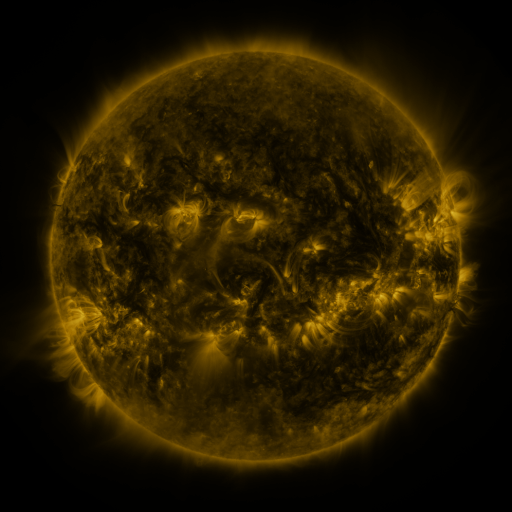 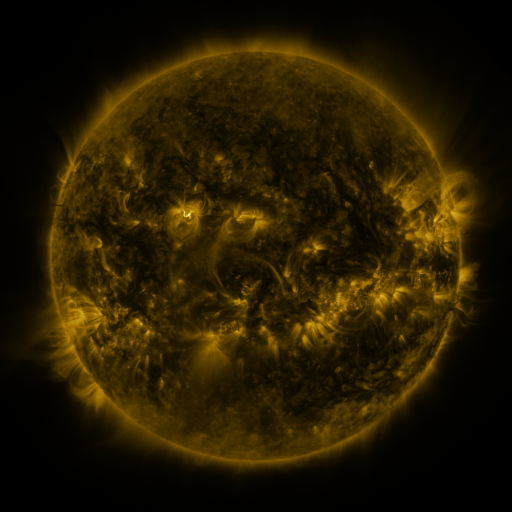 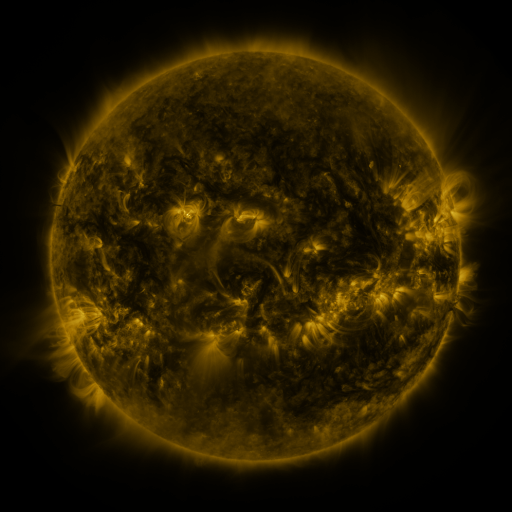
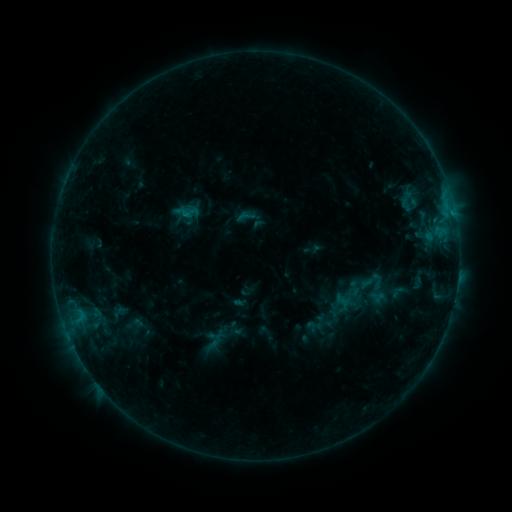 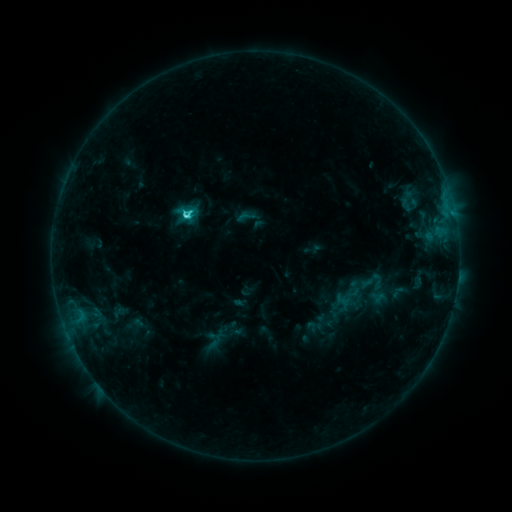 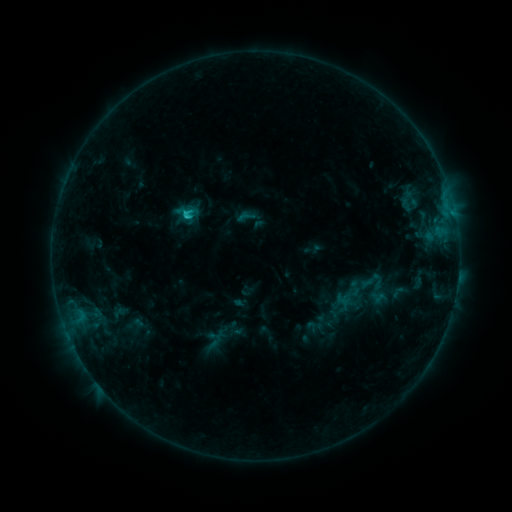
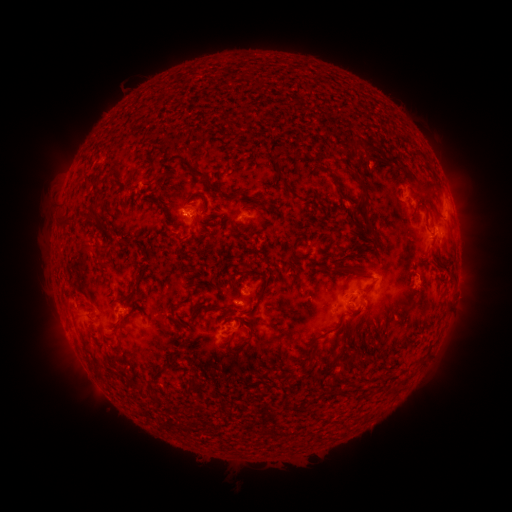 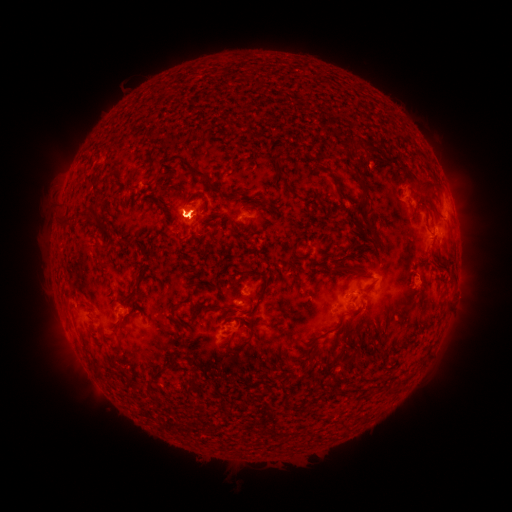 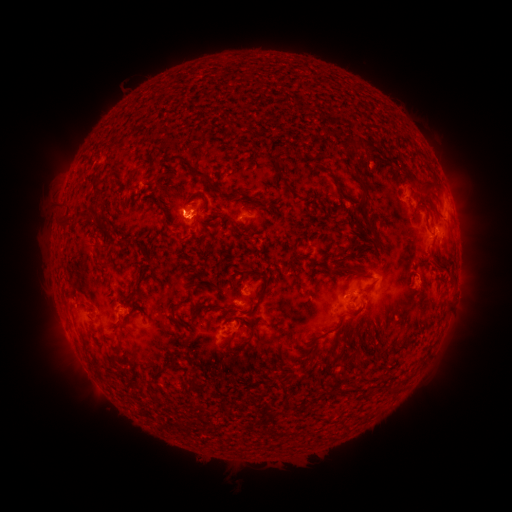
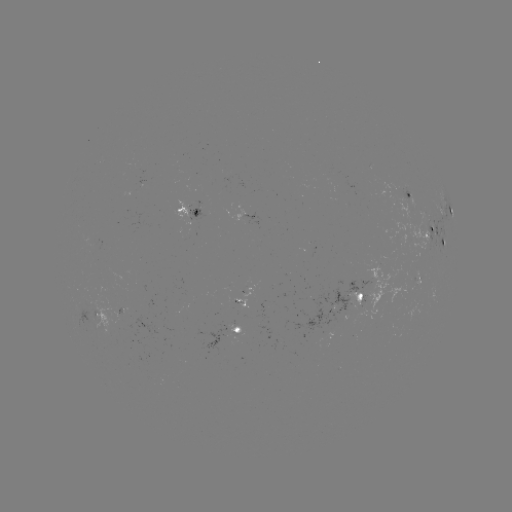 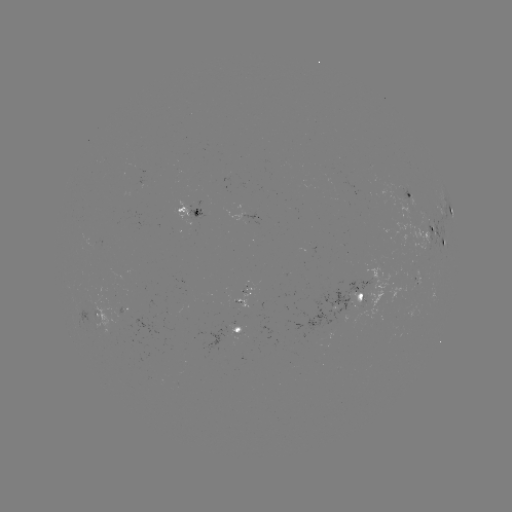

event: flare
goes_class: C2.5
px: (187, 215)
